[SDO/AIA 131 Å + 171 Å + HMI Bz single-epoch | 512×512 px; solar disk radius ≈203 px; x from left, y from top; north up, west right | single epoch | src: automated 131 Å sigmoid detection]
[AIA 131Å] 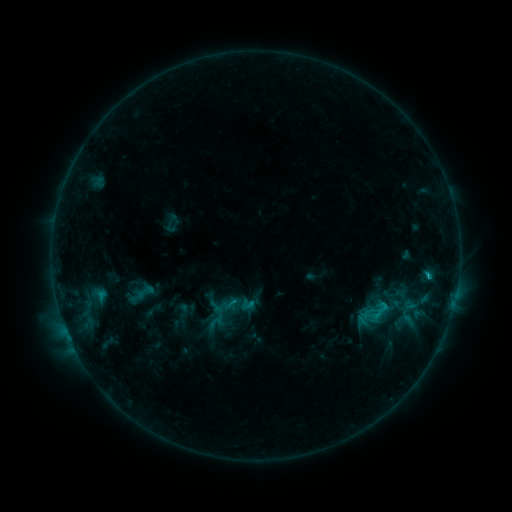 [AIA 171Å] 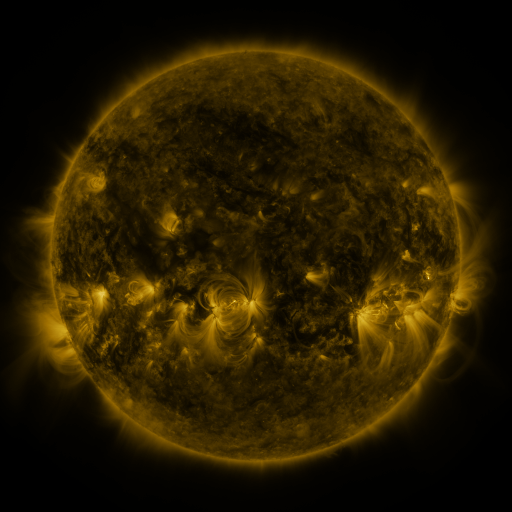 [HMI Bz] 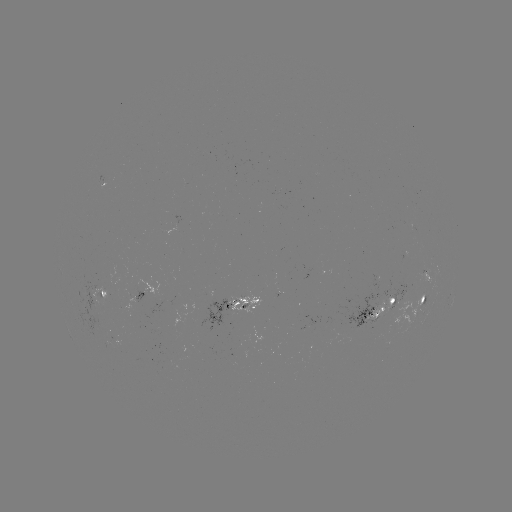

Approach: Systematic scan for sigmoid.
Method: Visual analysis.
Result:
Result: sigmoid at [379, 314].